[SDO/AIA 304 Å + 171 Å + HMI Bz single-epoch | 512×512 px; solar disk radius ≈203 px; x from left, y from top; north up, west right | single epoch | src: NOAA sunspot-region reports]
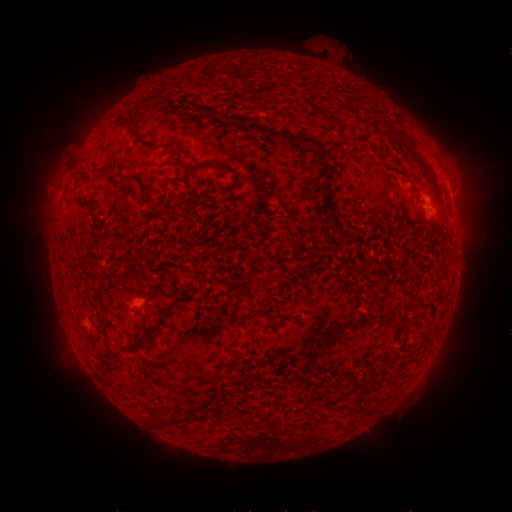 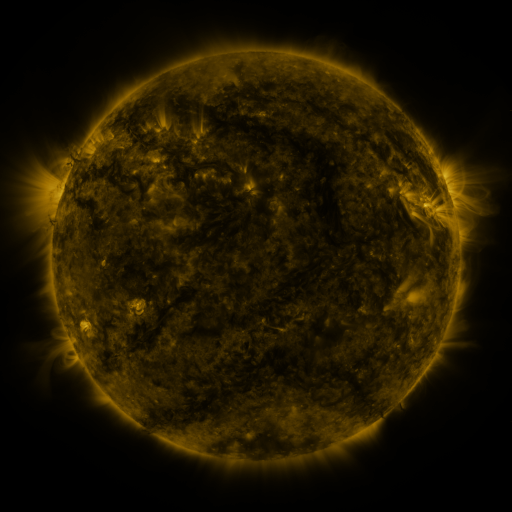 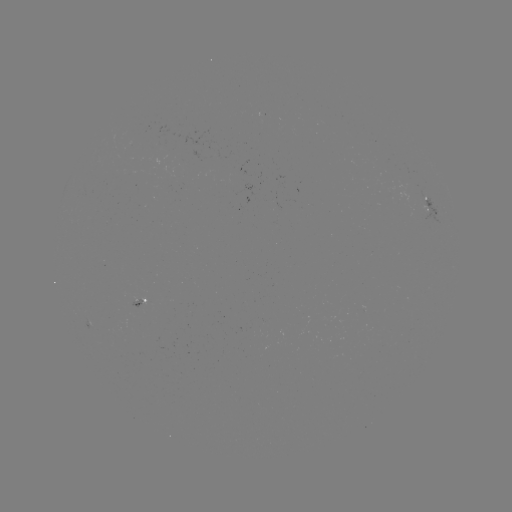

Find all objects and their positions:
spotted active region: (451, 200)
spotted active region: (429, 209)
